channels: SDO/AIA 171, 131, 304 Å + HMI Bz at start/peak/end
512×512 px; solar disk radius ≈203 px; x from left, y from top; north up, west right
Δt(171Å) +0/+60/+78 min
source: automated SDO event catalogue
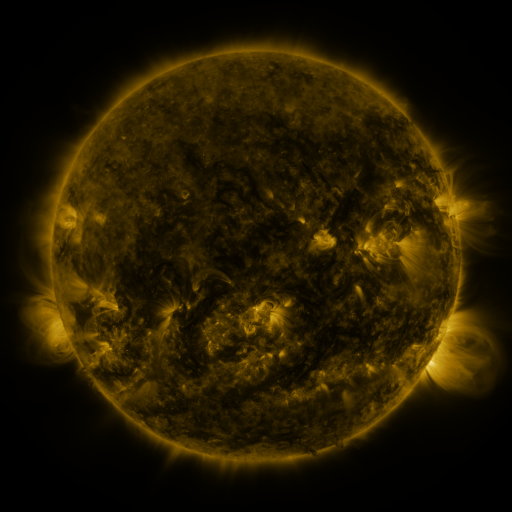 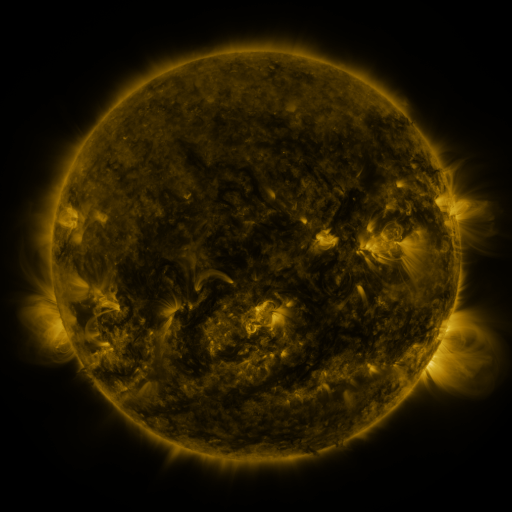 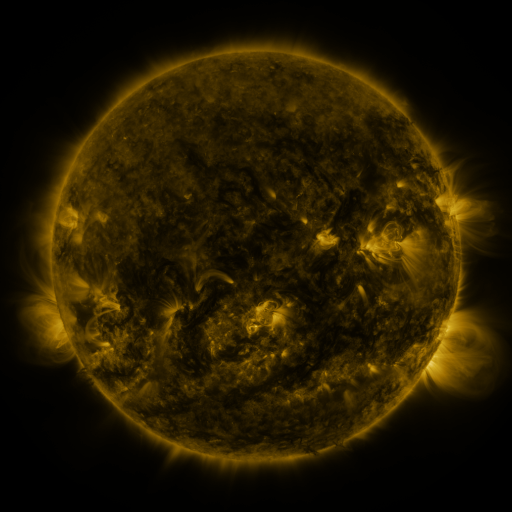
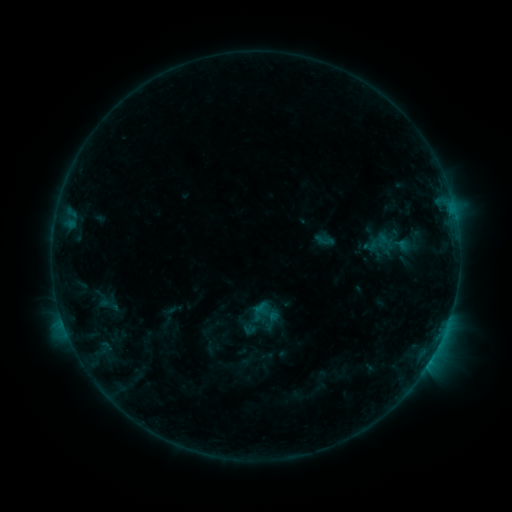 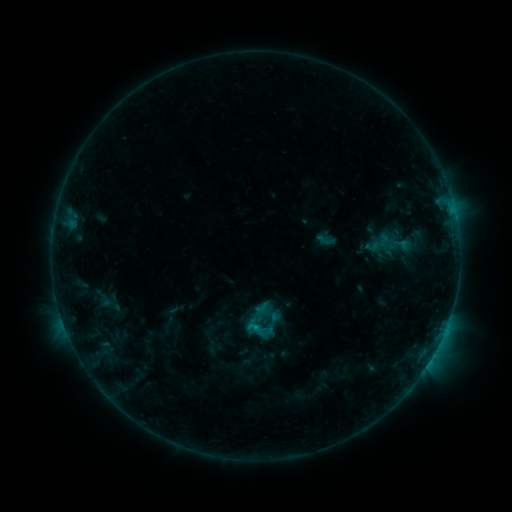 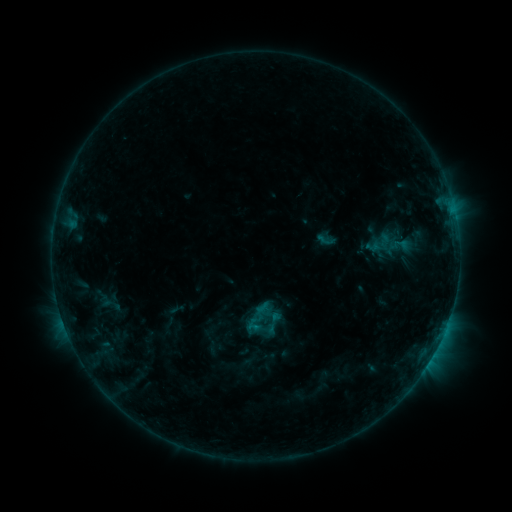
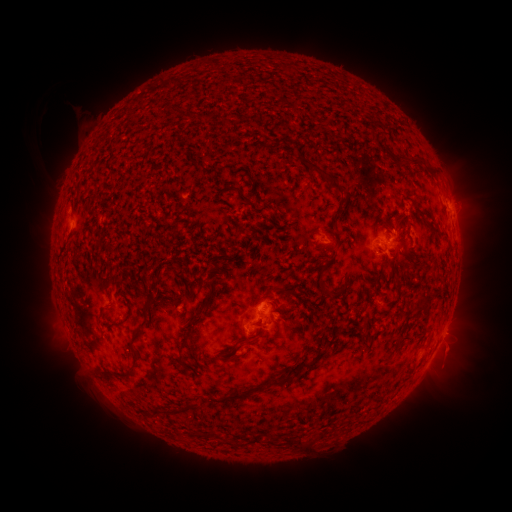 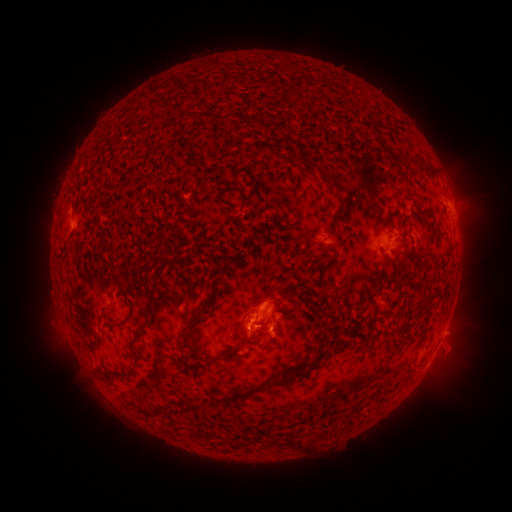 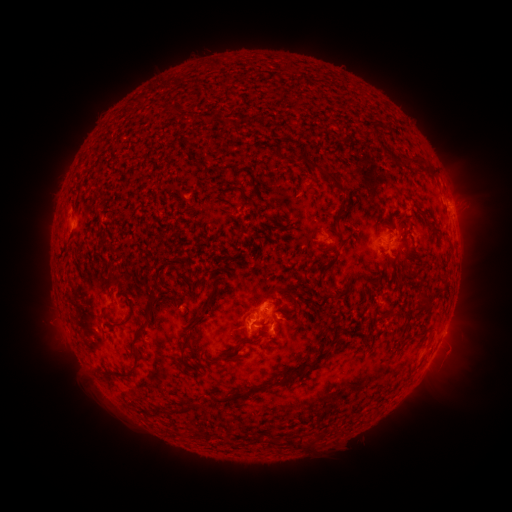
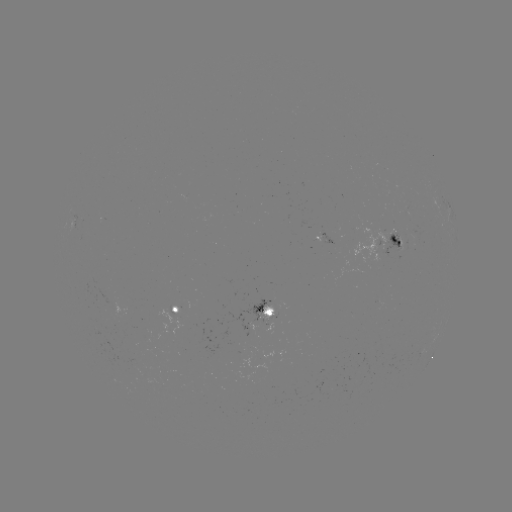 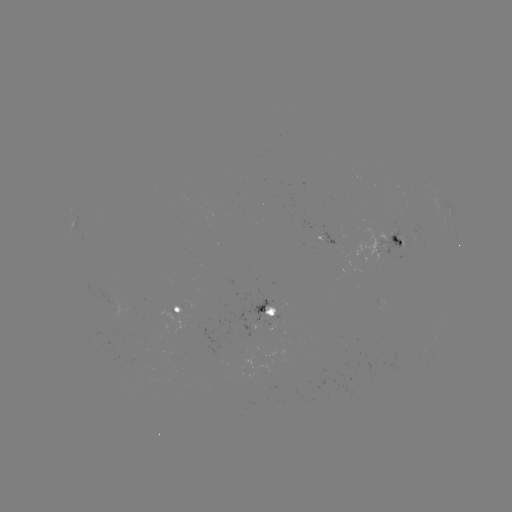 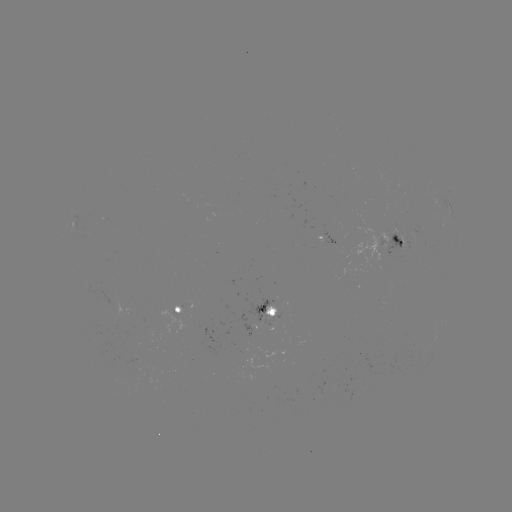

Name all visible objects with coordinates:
B9.7 flare: (256, 325)
